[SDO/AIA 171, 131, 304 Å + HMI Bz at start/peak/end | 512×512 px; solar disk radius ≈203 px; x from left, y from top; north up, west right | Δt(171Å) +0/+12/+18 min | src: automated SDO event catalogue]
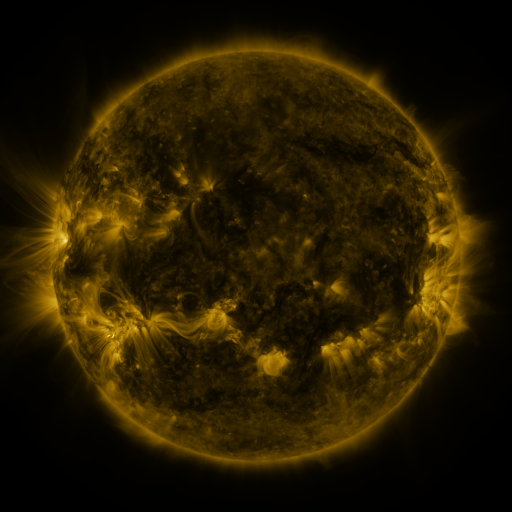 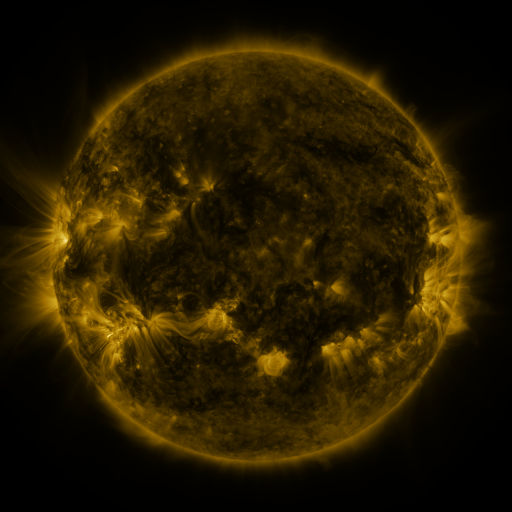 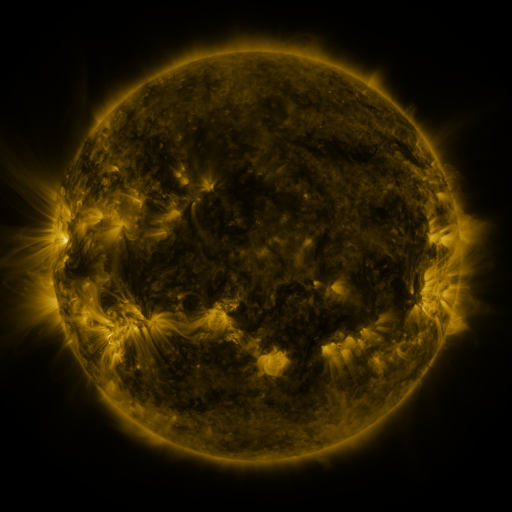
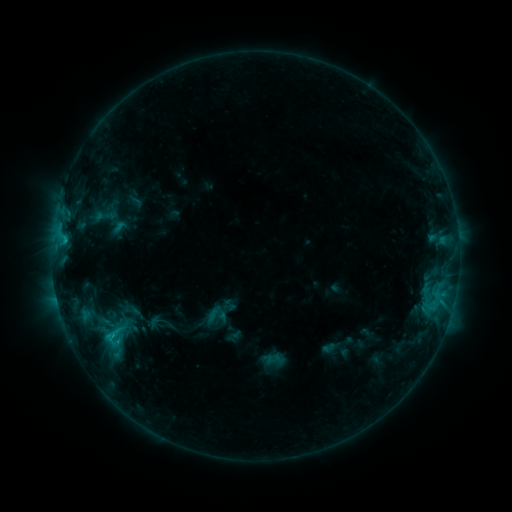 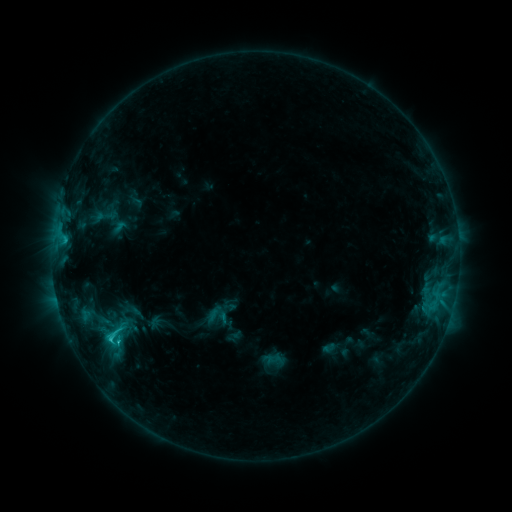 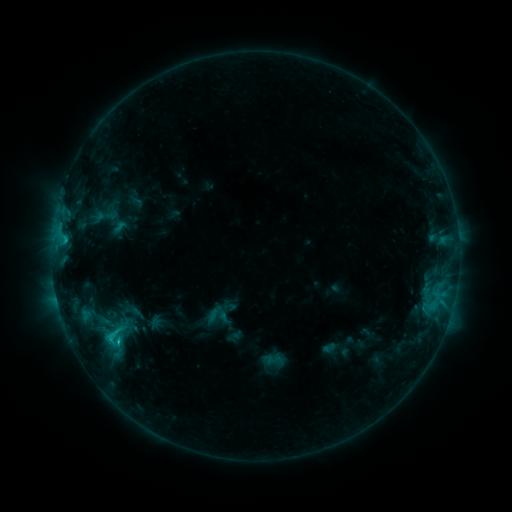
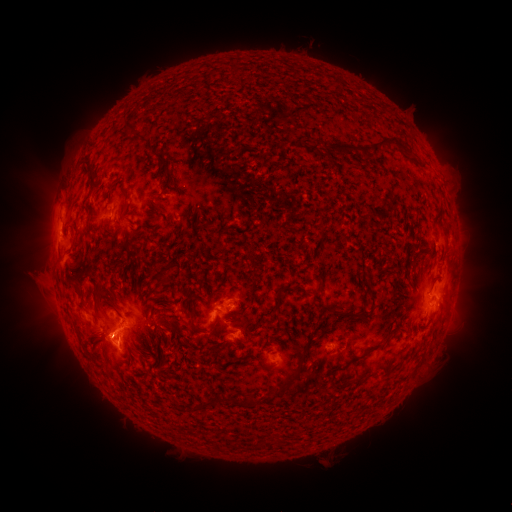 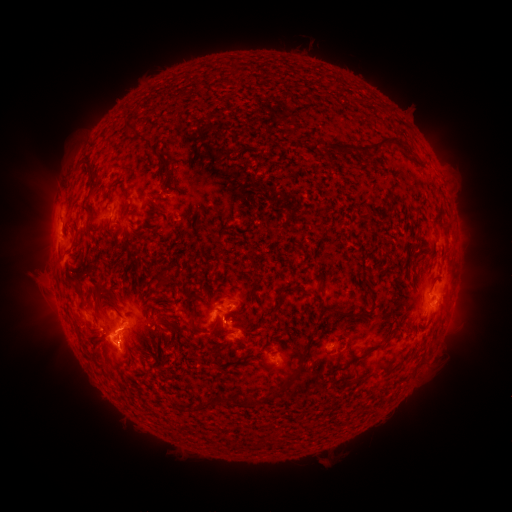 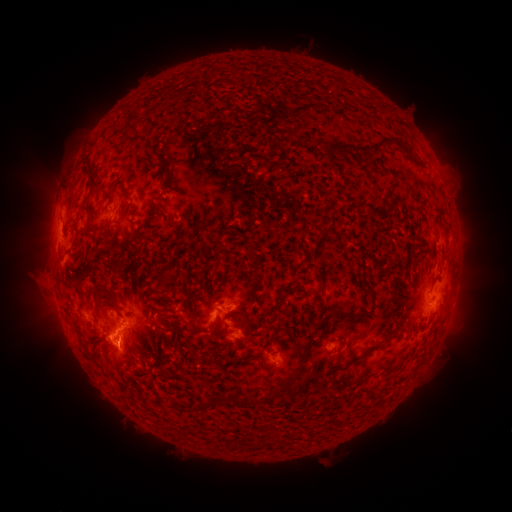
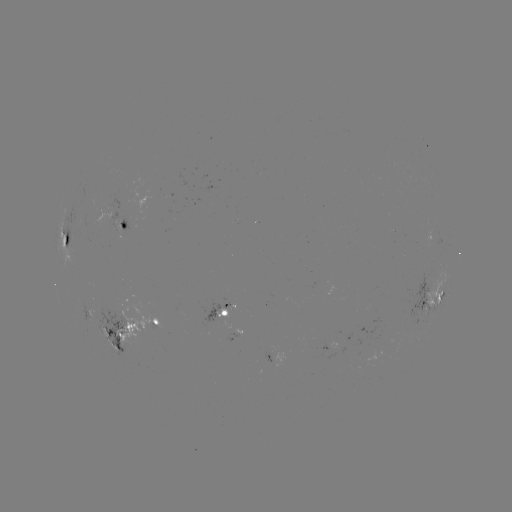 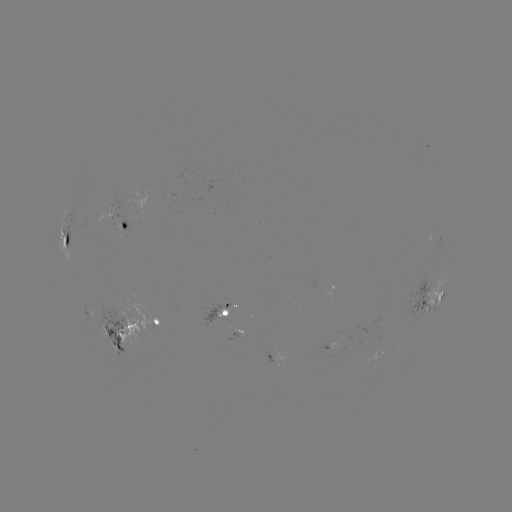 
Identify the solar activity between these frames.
C2.3 flare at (111, 338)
